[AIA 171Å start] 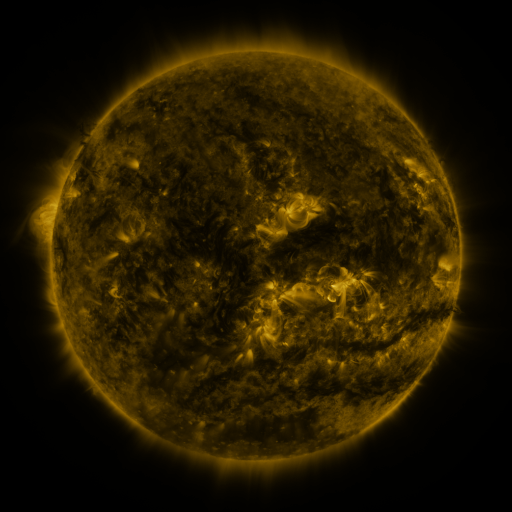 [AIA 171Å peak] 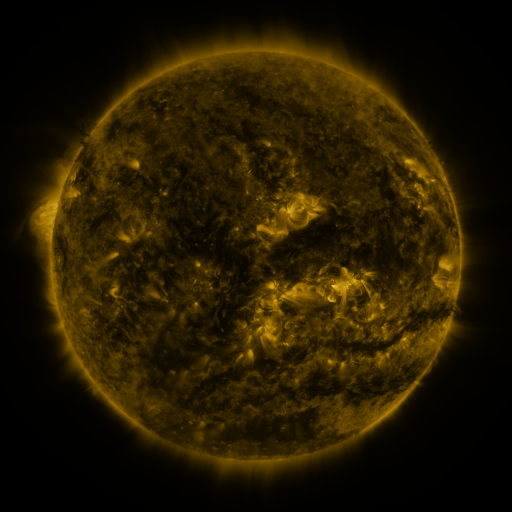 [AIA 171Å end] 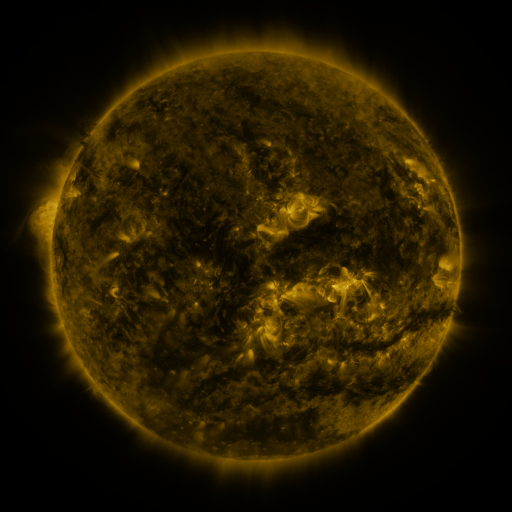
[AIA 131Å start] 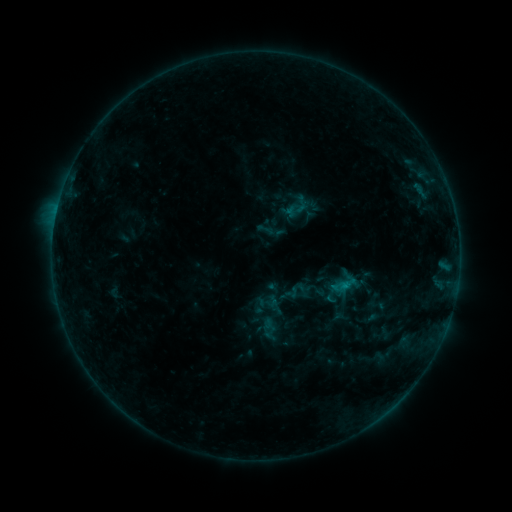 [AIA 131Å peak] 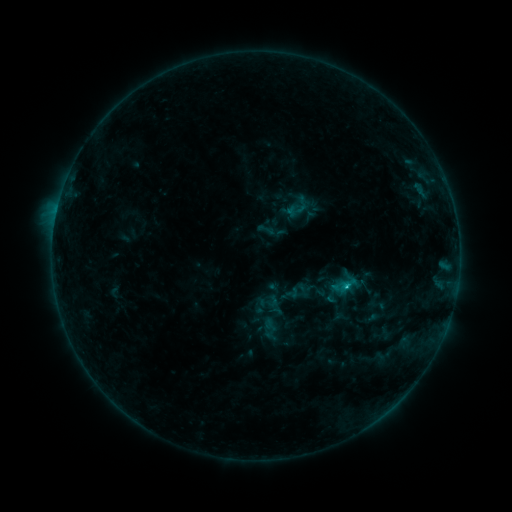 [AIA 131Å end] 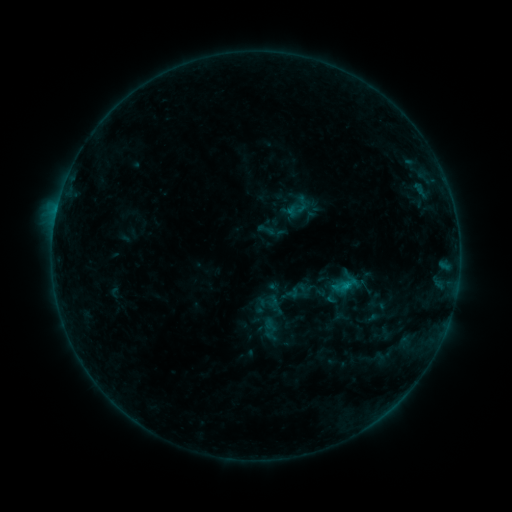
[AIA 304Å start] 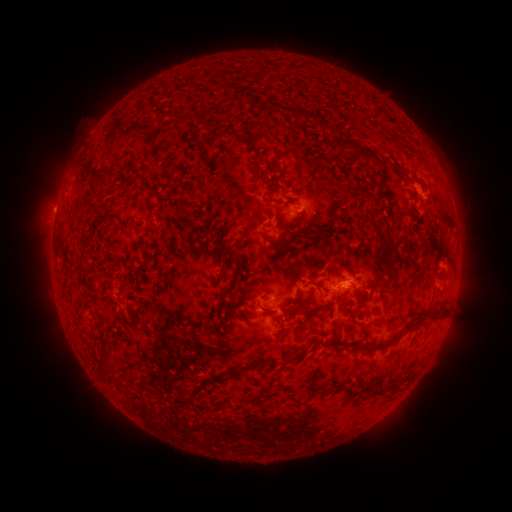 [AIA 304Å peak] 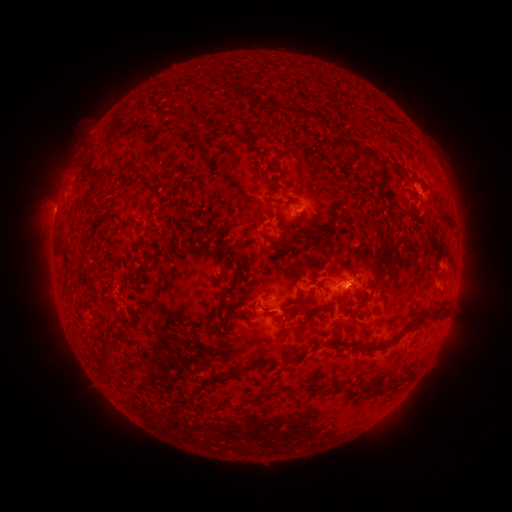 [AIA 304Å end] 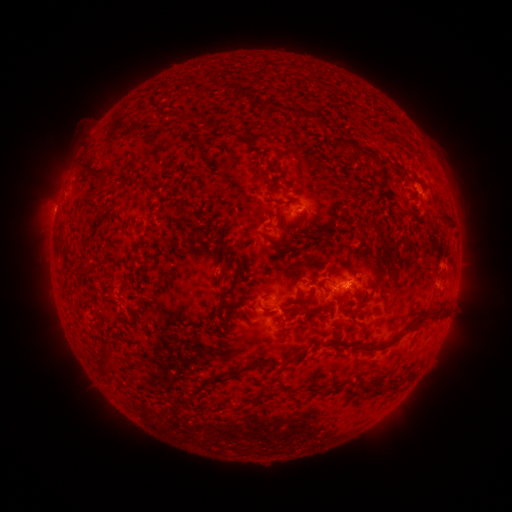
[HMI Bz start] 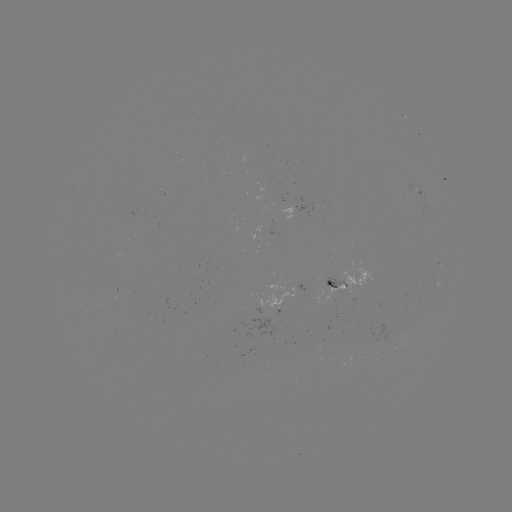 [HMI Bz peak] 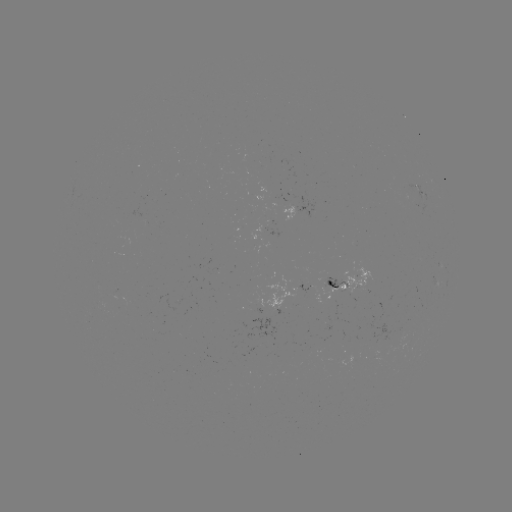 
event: flare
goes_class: B8.3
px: (346, 283)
